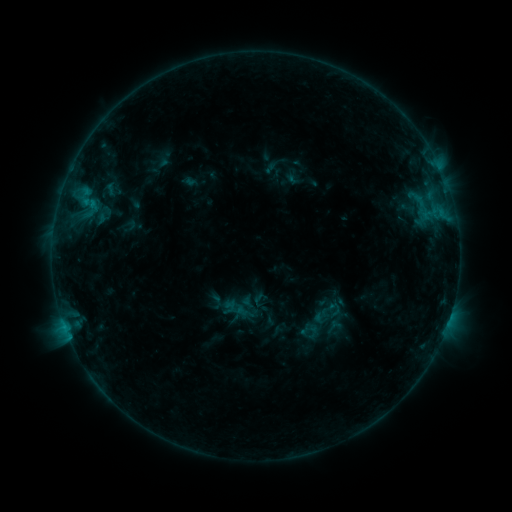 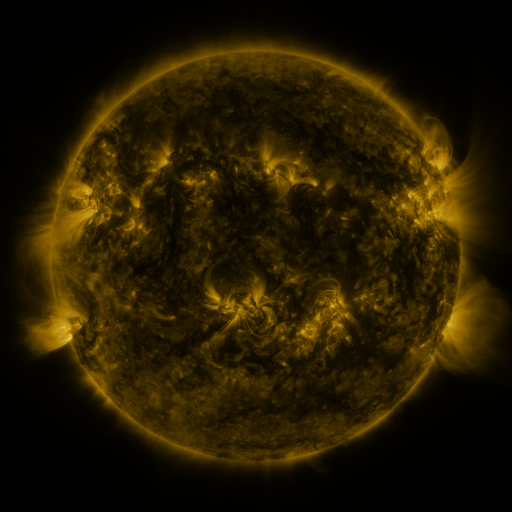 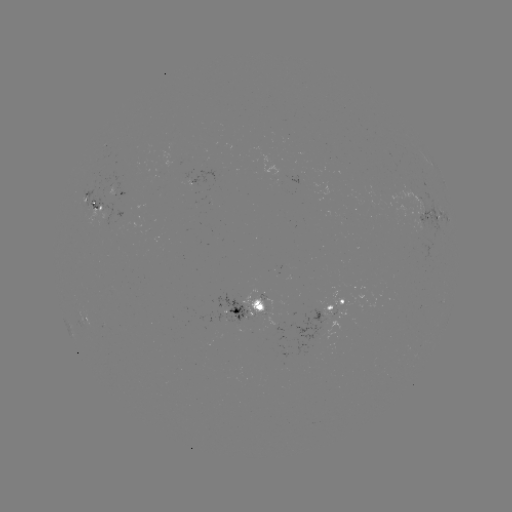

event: sigmoid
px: (325, 326)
